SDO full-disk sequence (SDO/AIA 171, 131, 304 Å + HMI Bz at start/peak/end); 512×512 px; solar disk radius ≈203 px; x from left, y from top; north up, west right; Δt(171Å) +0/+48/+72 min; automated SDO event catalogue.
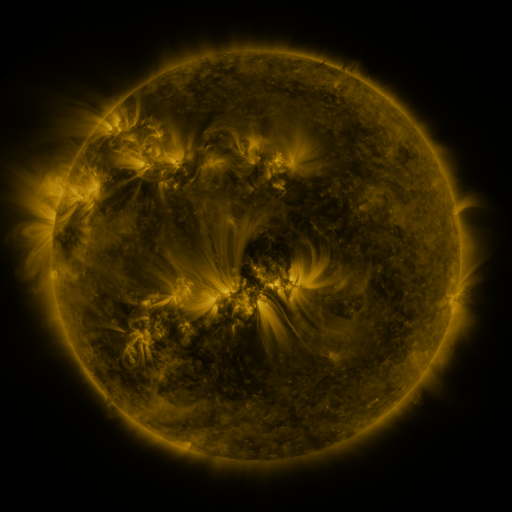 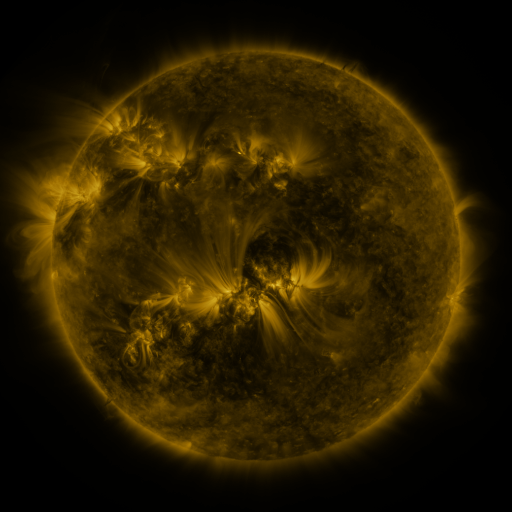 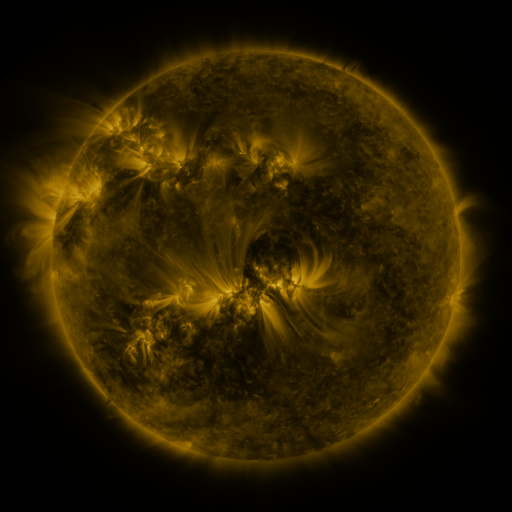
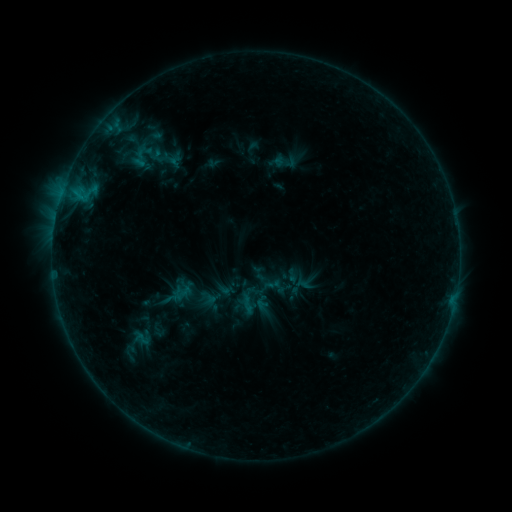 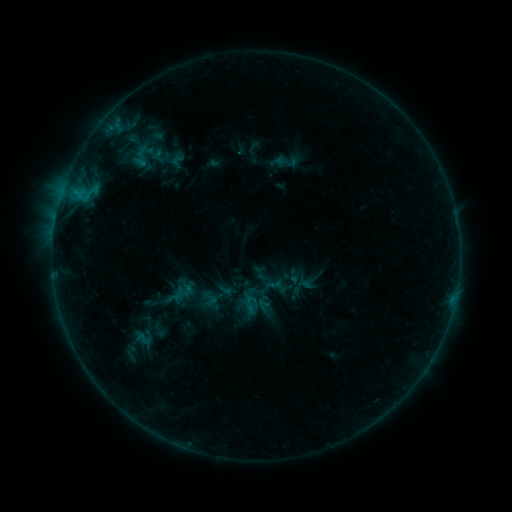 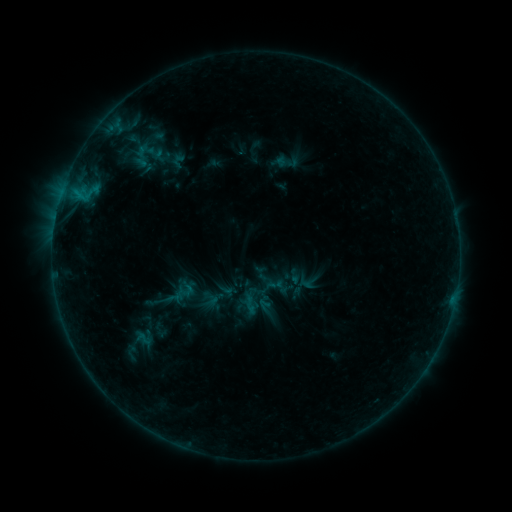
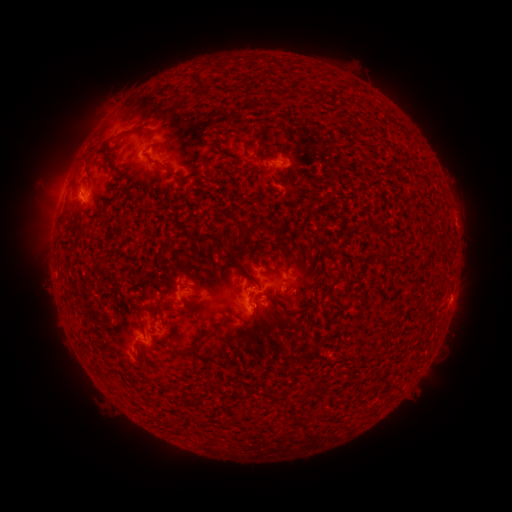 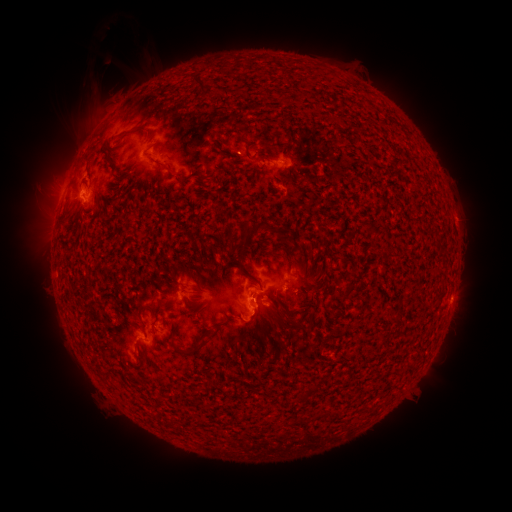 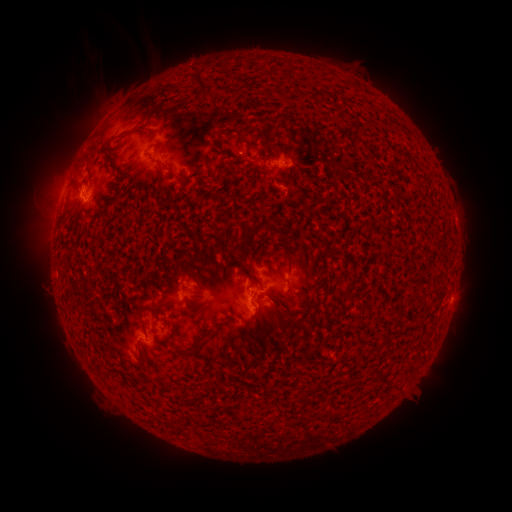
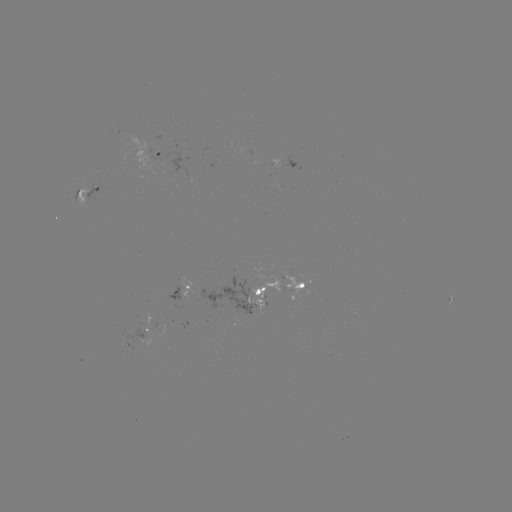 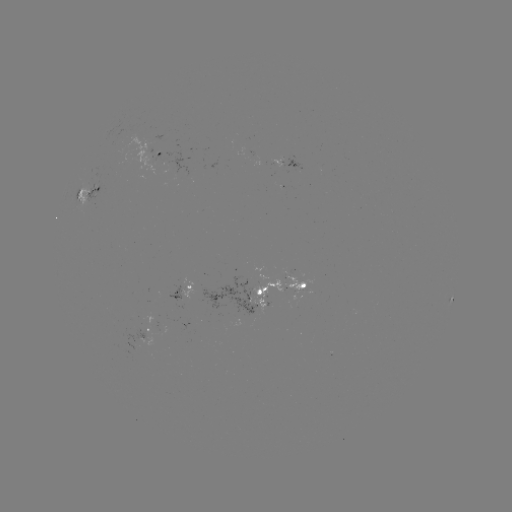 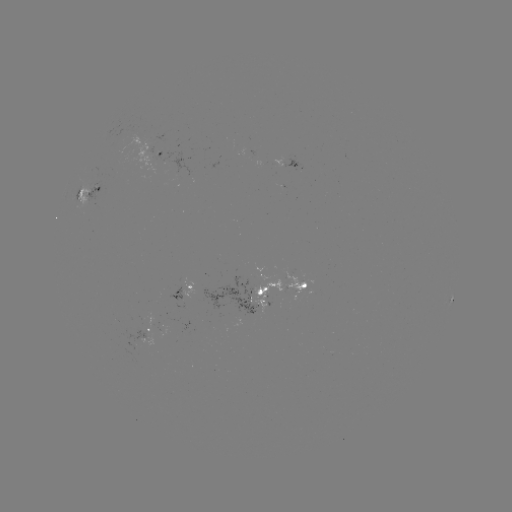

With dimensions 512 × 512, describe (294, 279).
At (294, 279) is emerging-flux region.